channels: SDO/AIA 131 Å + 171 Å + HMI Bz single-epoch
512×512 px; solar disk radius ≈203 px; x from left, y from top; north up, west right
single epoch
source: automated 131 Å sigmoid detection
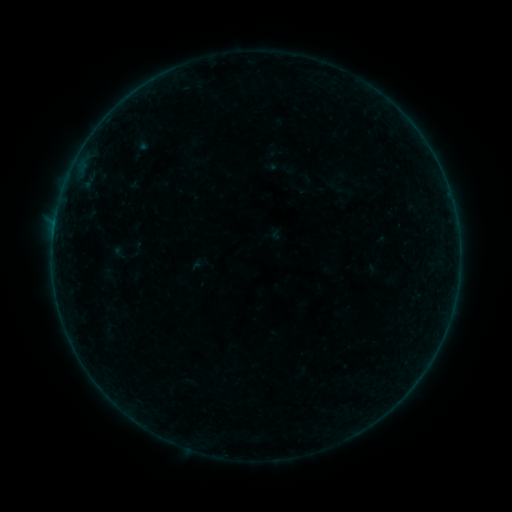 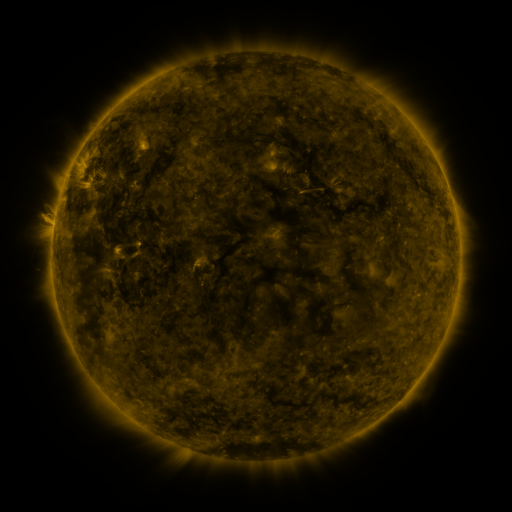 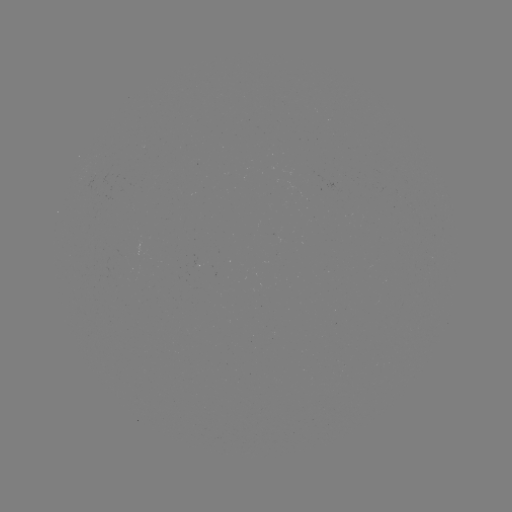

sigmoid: (108, 232, 143, 265)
